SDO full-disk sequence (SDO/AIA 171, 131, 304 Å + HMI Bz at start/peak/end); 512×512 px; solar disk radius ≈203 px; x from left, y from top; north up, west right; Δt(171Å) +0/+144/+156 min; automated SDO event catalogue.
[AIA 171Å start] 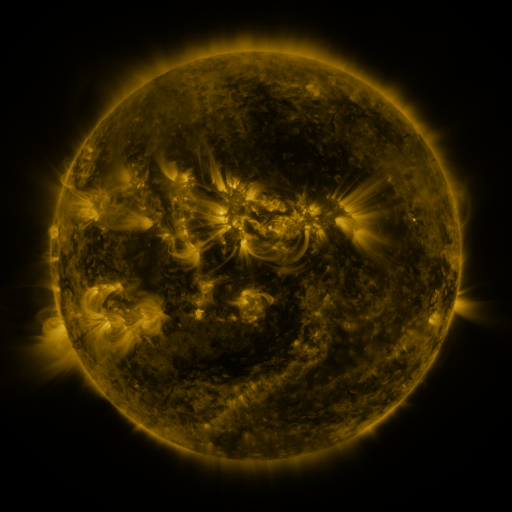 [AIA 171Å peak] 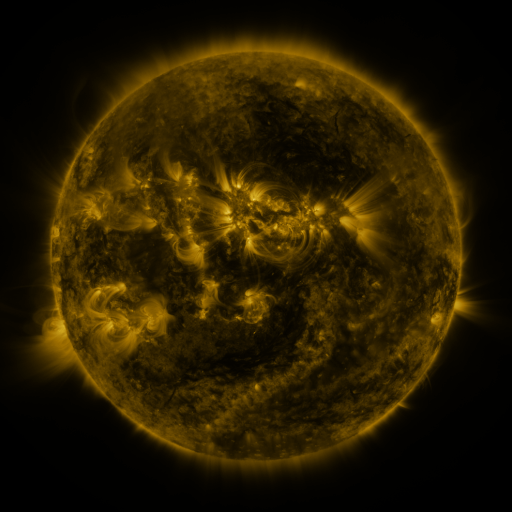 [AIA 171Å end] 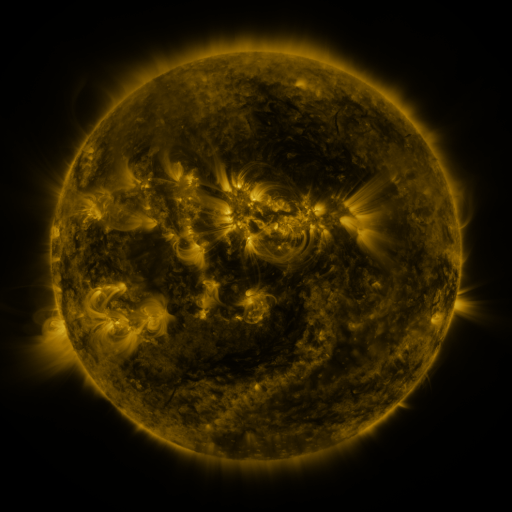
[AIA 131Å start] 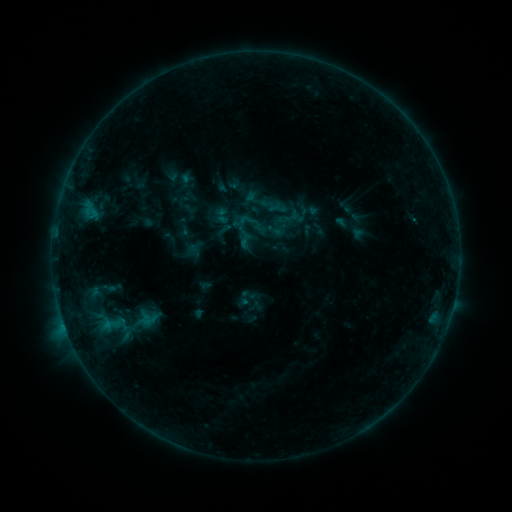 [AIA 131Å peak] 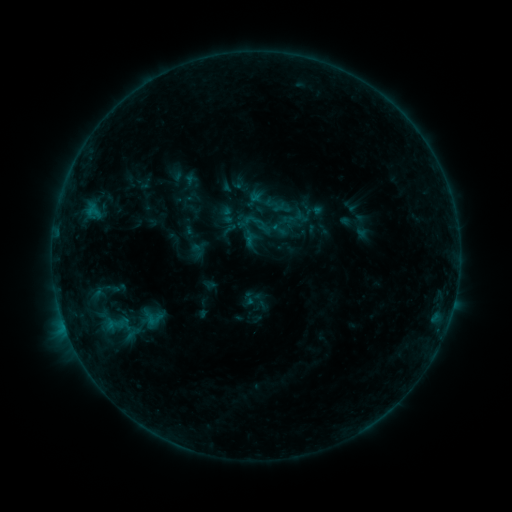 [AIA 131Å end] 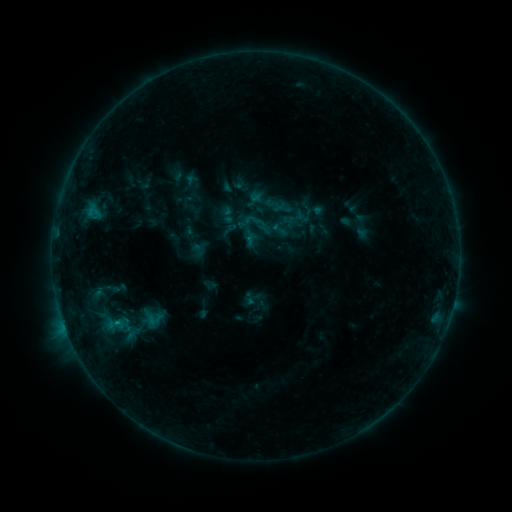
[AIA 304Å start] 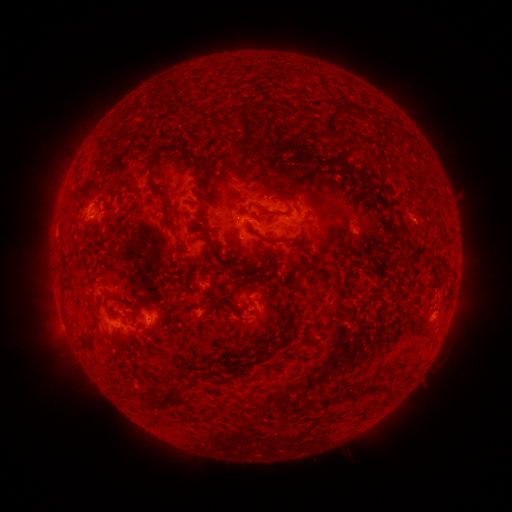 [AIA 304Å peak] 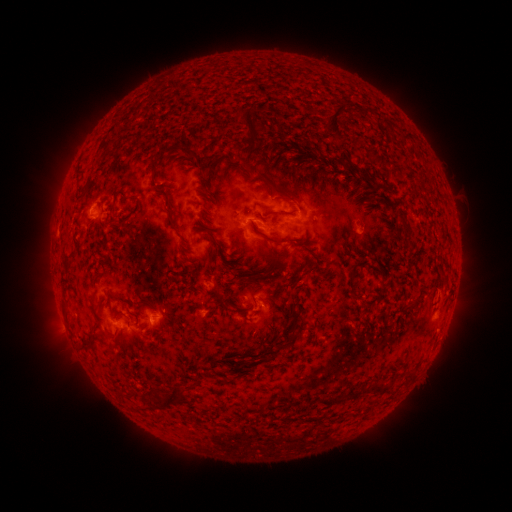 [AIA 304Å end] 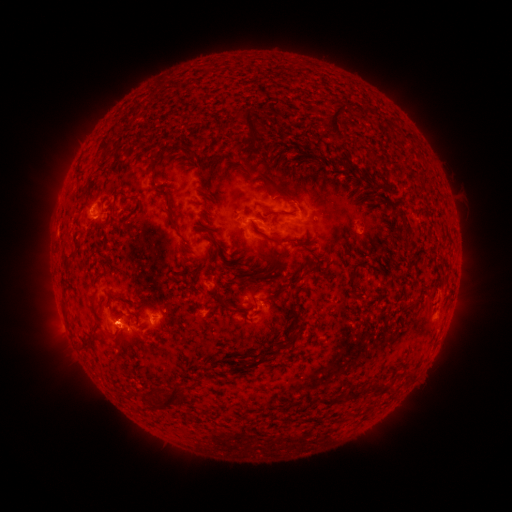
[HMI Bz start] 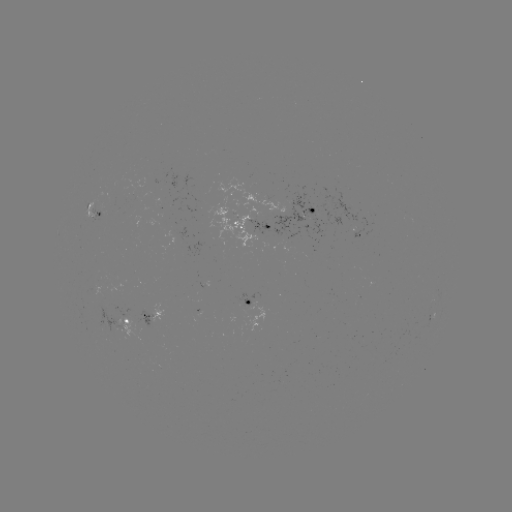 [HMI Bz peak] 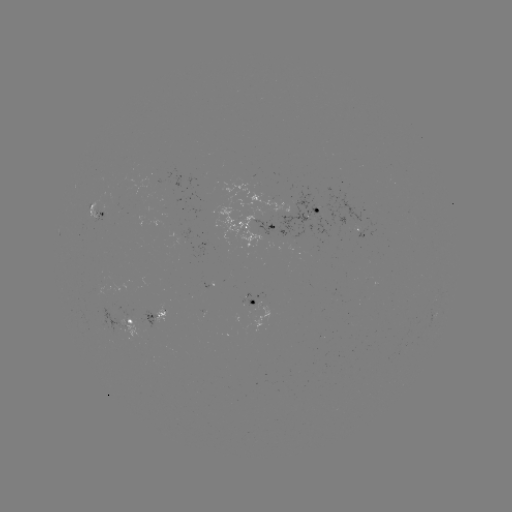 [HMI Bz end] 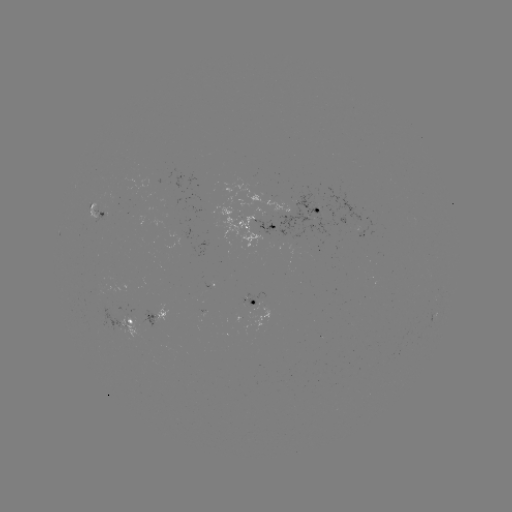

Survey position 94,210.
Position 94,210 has emerging-flux region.